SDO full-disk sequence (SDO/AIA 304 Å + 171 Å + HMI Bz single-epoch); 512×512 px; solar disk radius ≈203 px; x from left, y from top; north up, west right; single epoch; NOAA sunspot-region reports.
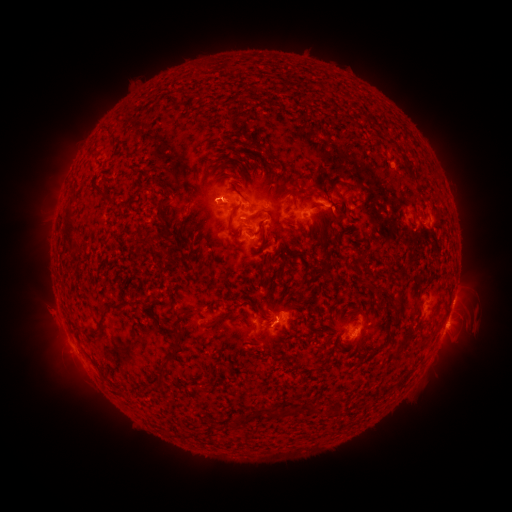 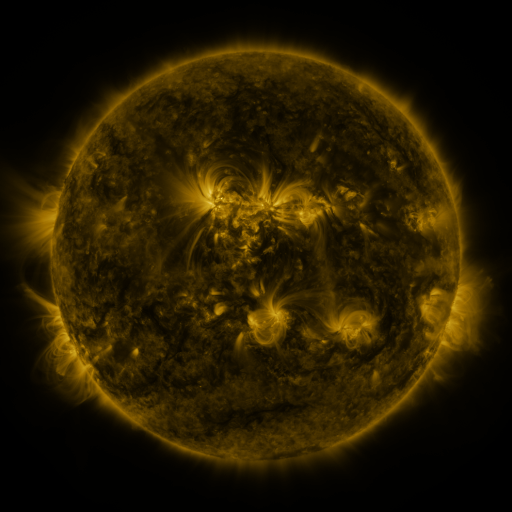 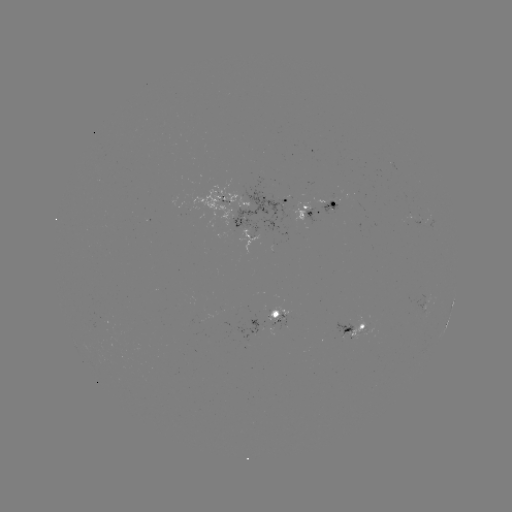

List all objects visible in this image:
spotted active region: (290, 200)
spotted active region: (238, 203)
spotted active region: (317, 206)
spotted active region: (420, 224)
spotted active region: (252, 234)
spotted active region: (215, 315)
spotted active region: (276, 319)
spotted active region: (353, 332)
